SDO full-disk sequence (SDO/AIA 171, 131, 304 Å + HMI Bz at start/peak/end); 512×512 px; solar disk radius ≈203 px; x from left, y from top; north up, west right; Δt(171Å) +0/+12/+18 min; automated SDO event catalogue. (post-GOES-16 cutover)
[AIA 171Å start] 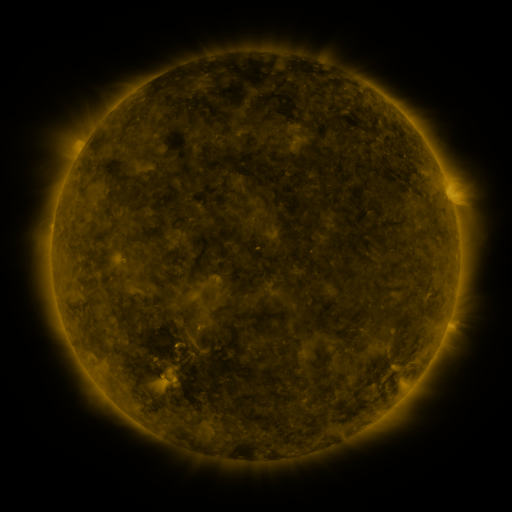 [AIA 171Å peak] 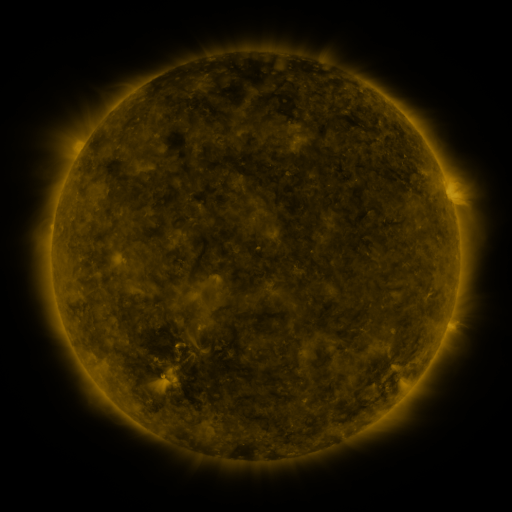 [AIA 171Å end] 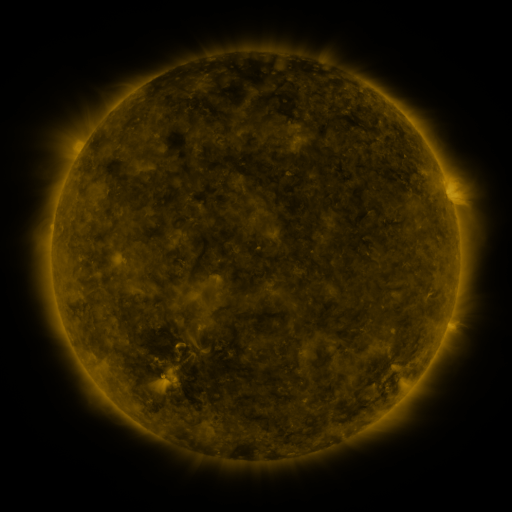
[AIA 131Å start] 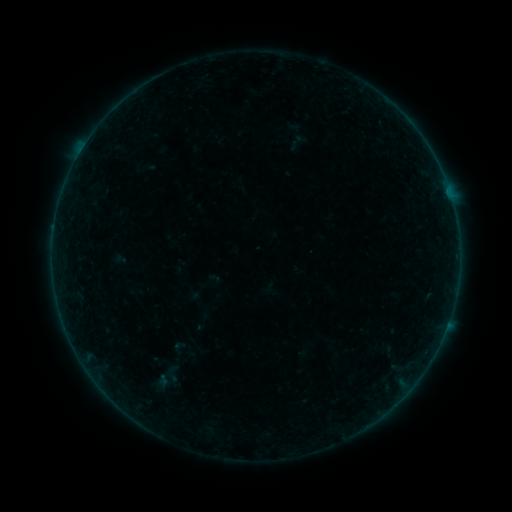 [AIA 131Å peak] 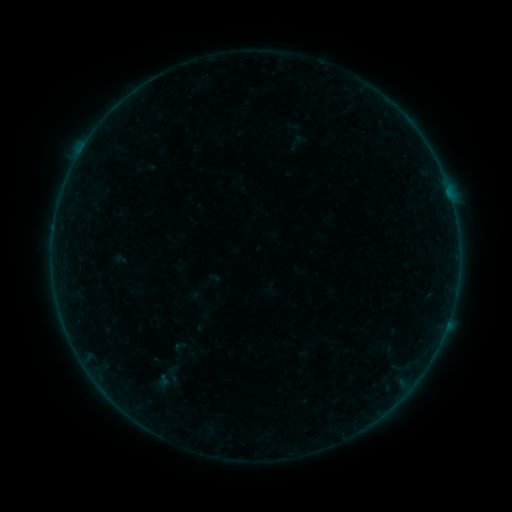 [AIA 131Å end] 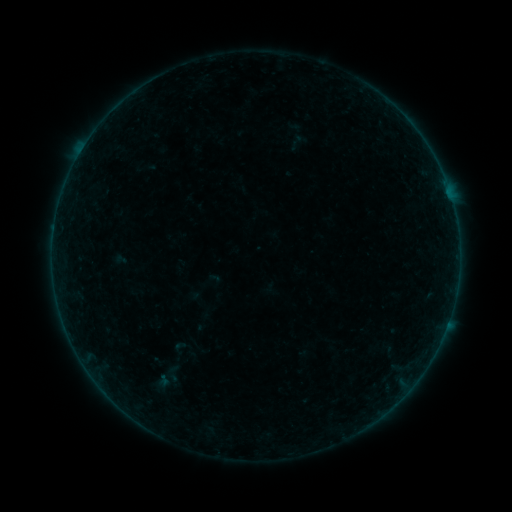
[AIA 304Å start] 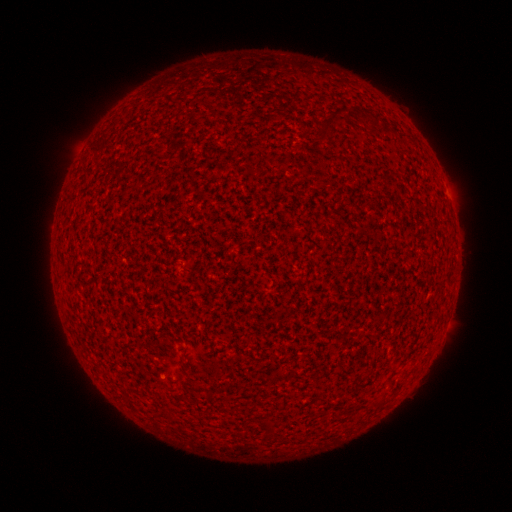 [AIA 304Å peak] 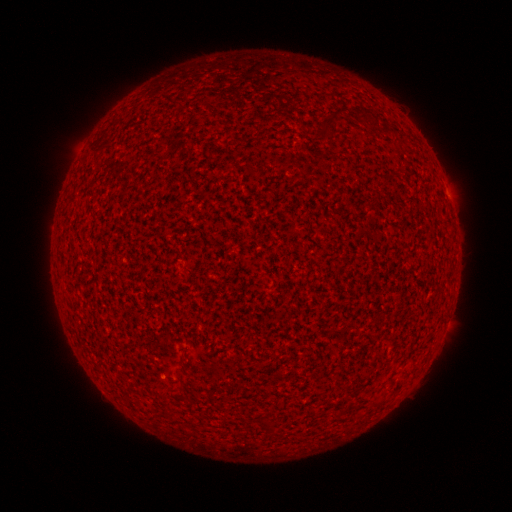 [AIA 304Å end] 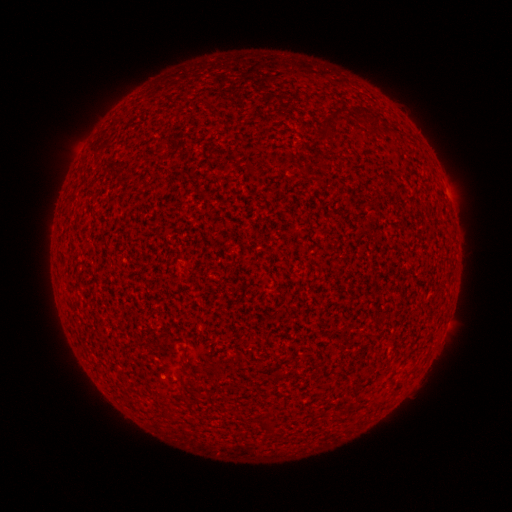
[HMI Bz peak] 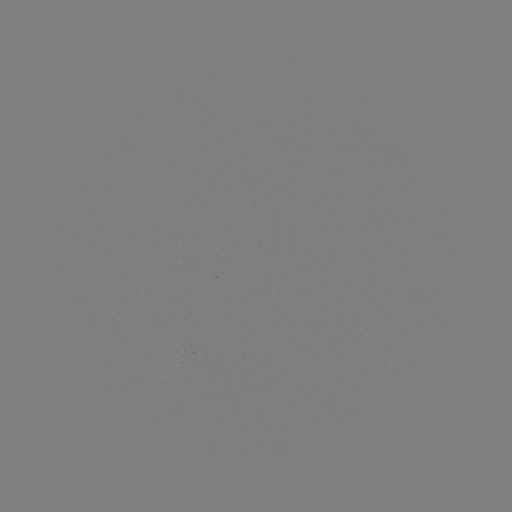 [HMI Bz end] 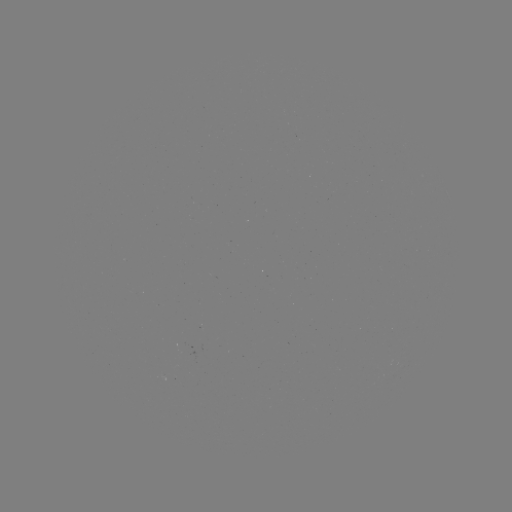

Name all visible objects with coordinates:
A4.3 flare: (449, 194)
